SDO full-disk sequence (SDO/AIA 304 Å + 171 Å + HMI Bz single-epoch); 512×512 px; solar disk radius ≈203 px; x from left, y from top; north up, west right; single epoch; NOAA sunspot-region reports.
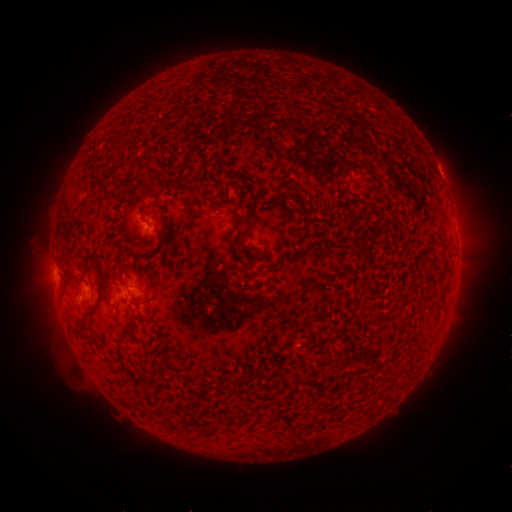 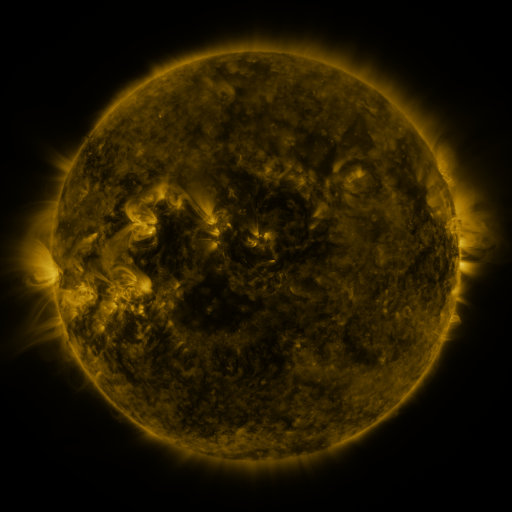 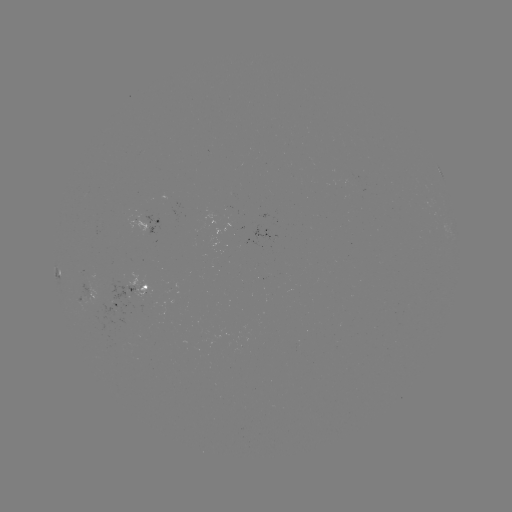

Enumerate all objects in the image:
spotted active region: (158, 224)
spotted active region: (130, 295)
spotted active region: (96, 298)
